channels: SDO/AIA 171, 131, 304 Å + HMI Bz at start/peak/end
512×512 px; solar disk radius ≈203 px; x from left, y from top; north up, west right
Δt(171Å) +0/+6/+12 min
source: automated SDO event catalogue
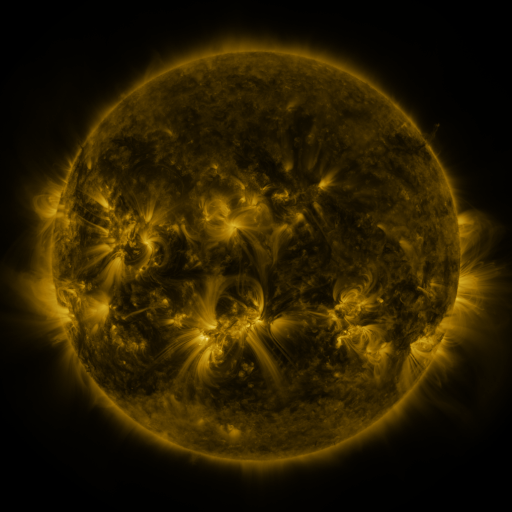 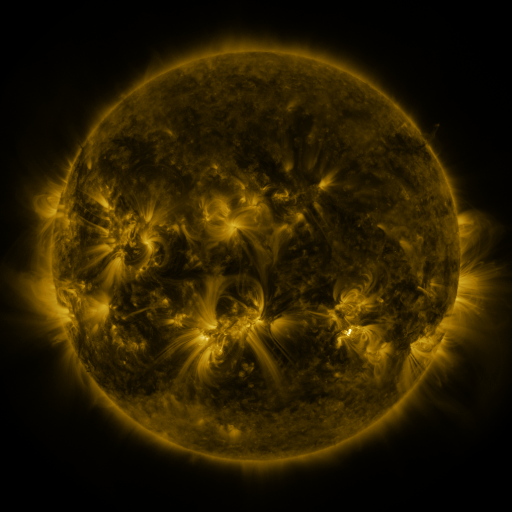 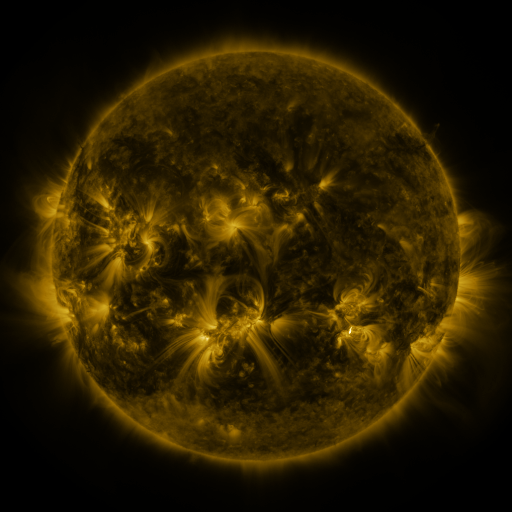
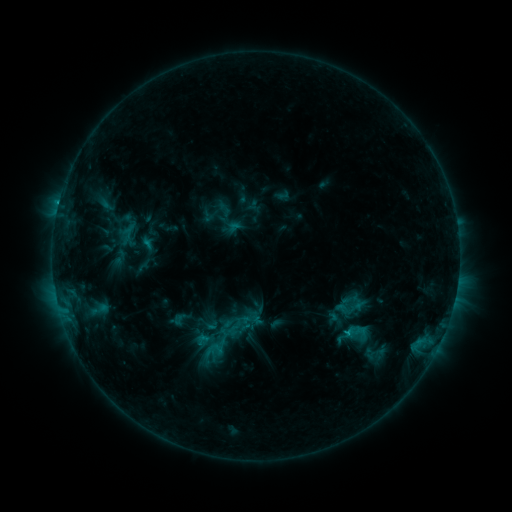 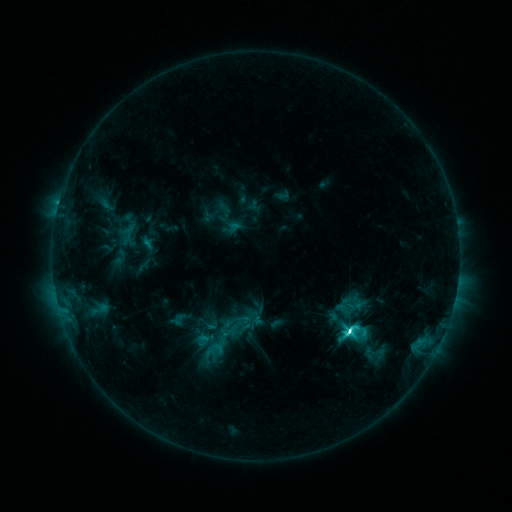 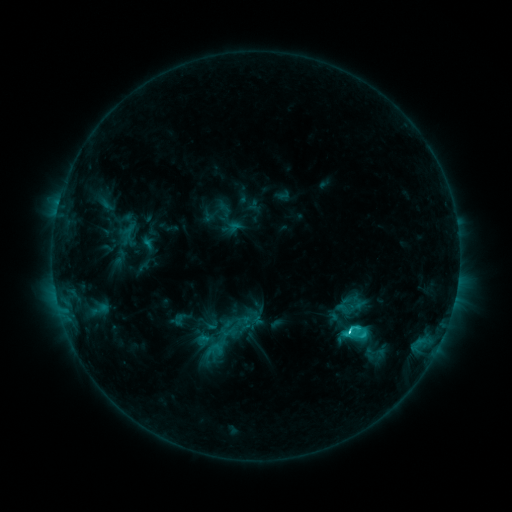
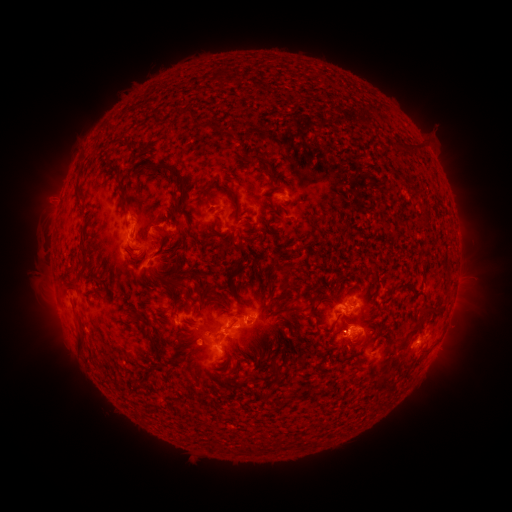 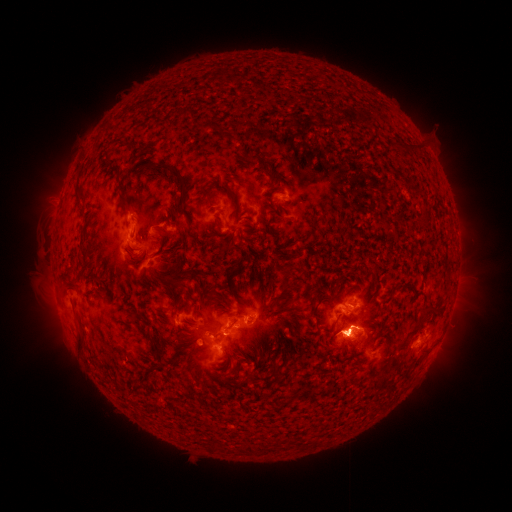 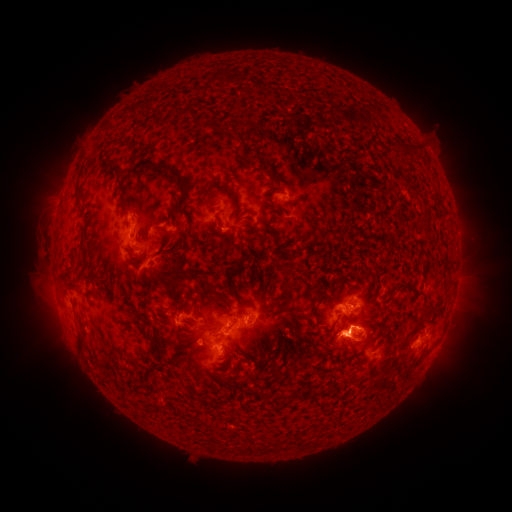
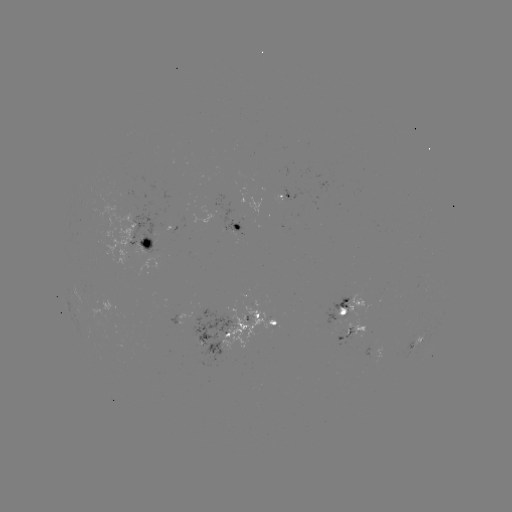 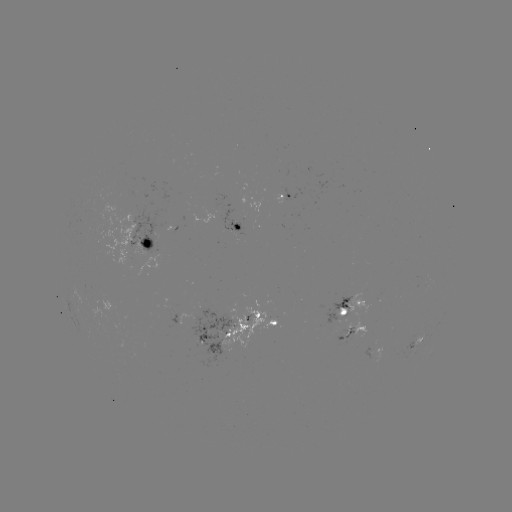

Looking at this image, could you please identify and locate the M1.2 flare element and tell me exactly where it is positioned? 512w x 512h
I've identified M1.2 flare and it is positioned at (350, 326).